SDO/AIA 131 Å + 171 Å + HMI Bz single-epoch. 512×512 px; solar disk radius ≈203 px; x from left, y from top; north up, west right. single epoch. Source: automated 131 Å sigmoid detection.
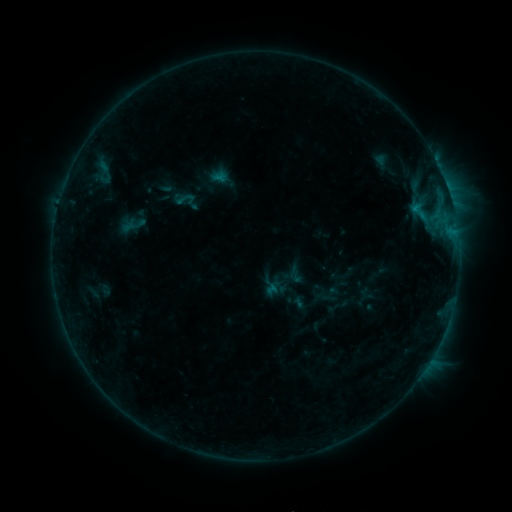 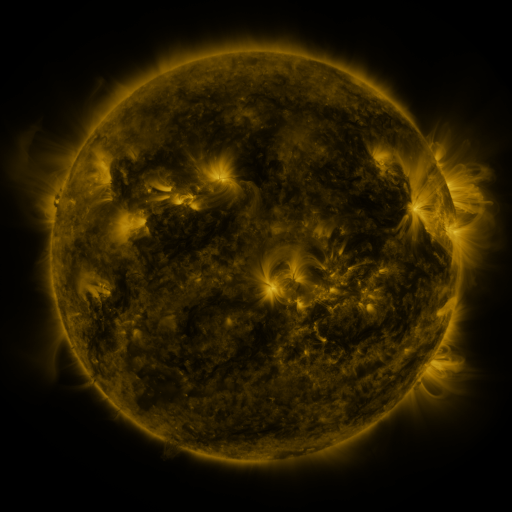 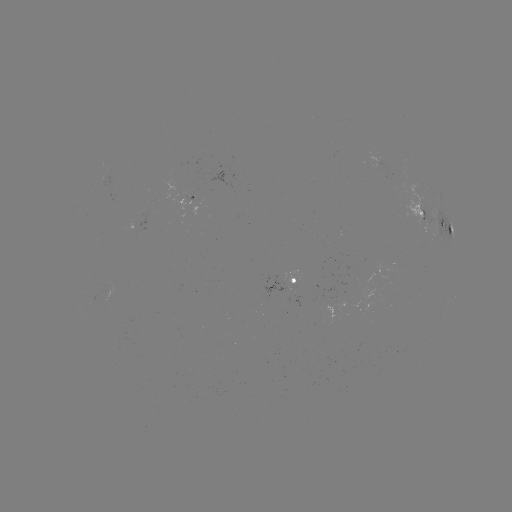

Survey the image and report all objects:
sigmoid: [176, 190, 195, 209]
